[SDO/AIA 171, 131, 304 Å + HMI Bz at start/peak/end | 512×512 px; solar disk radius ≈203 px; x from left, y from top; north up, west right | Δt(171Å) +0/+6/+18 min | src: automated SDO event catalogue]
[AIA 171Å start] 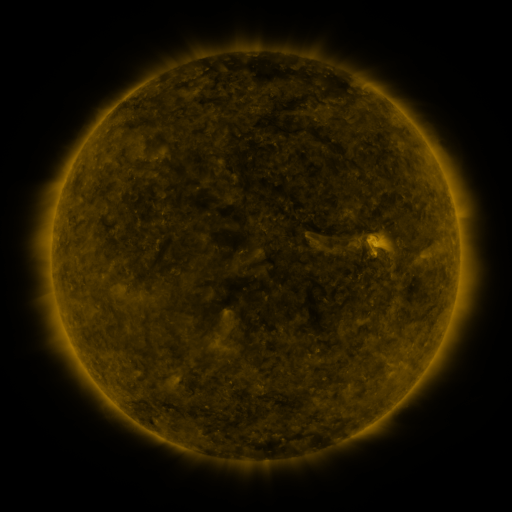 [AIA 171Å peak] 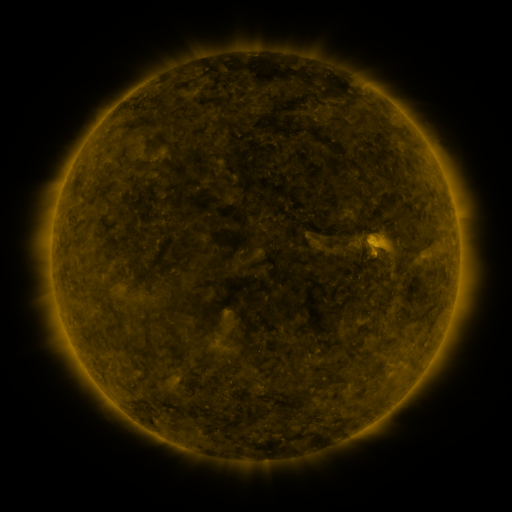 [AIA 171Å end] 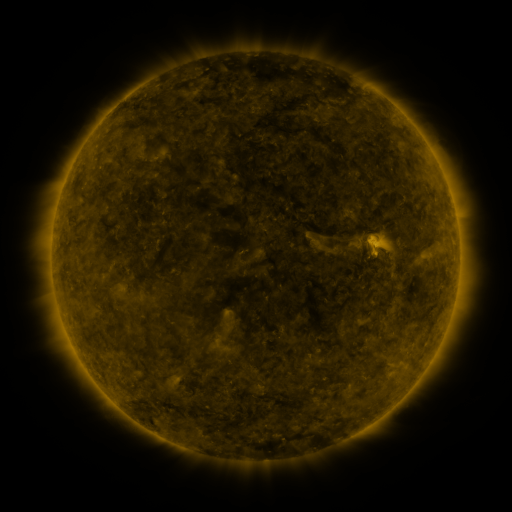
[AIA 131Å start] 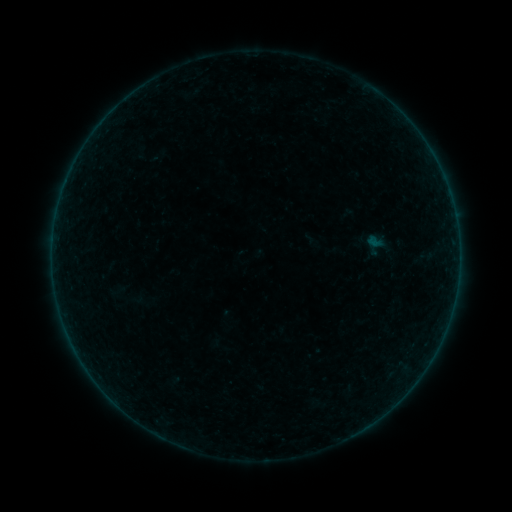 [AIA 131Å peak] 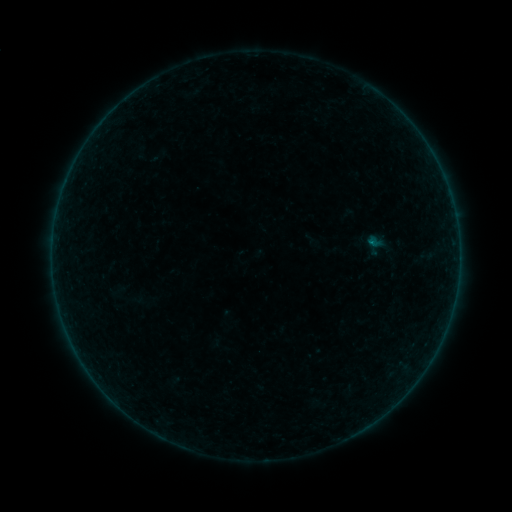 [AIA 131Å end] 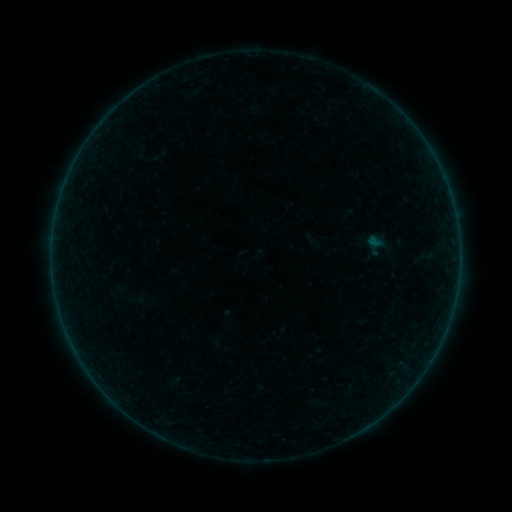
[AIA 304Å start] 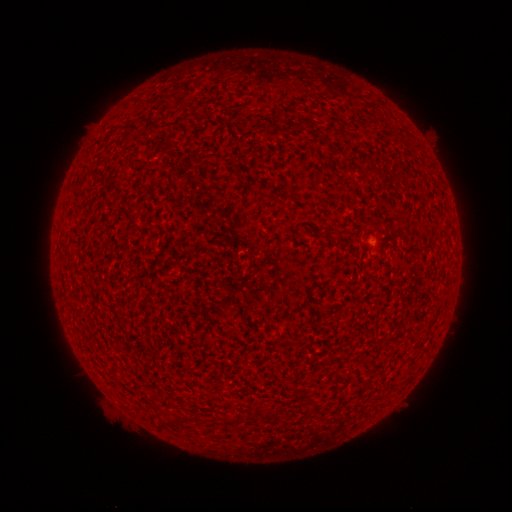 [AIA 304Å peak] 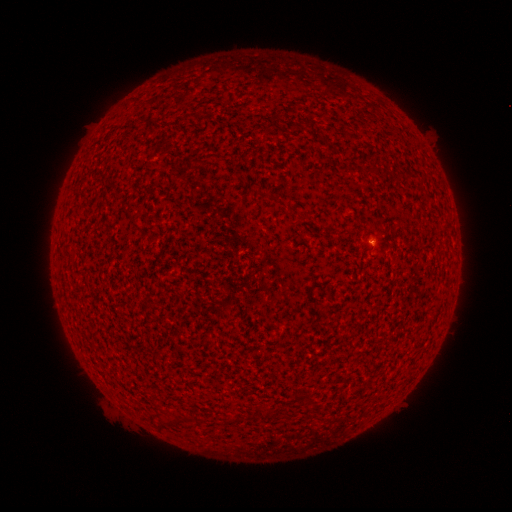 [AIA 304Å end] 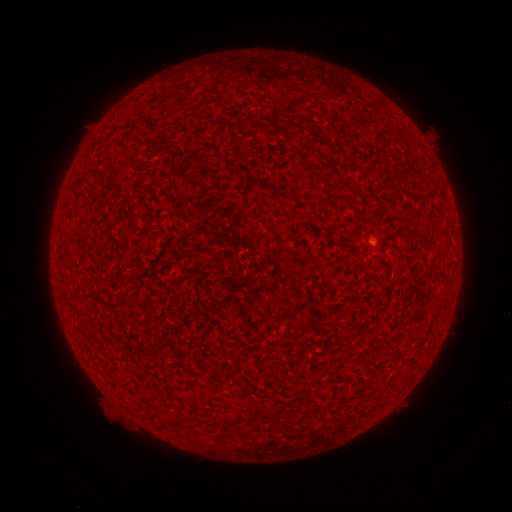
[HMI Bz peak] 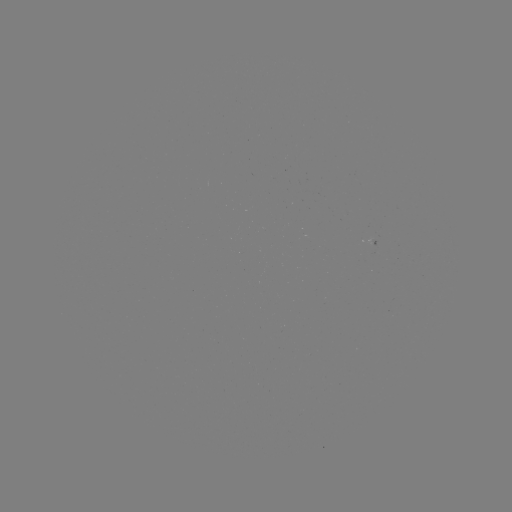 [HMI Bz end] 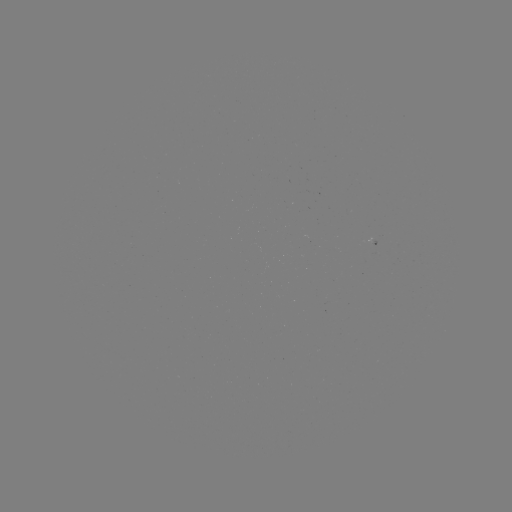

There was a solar flare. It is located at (369, 245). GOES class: A5.7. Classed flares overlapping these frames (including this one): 1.